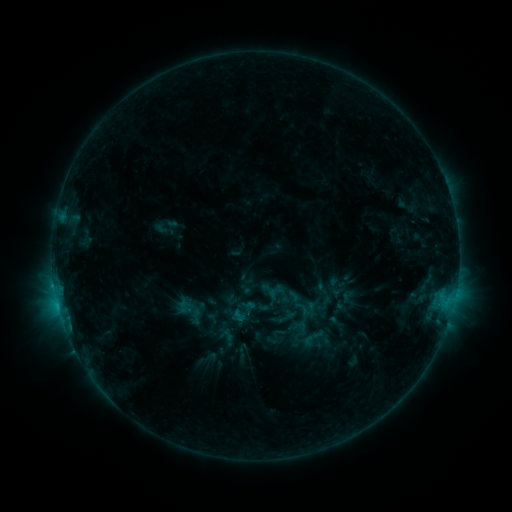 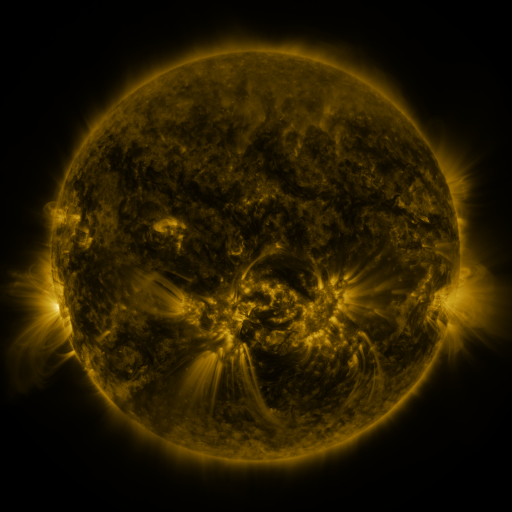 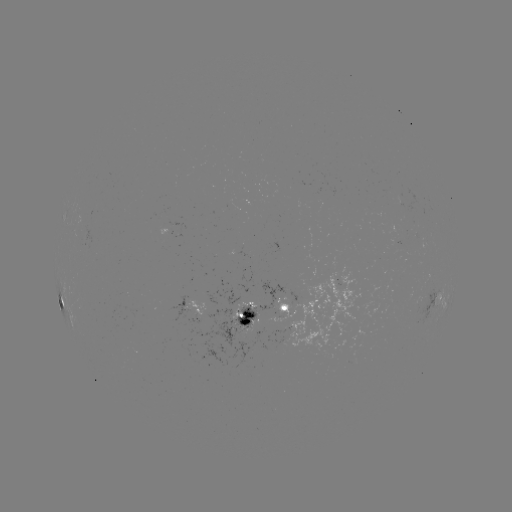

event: sigmoid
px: (299, 326)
